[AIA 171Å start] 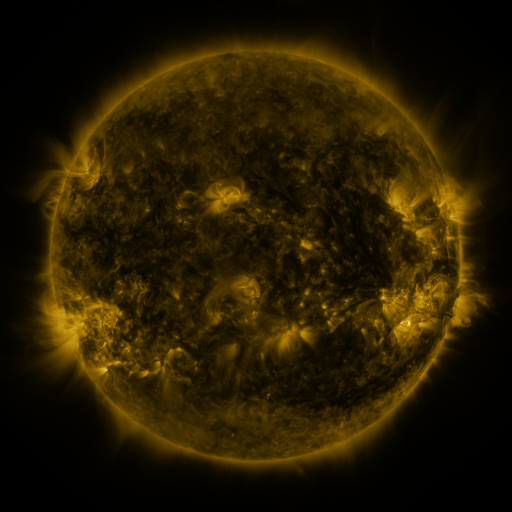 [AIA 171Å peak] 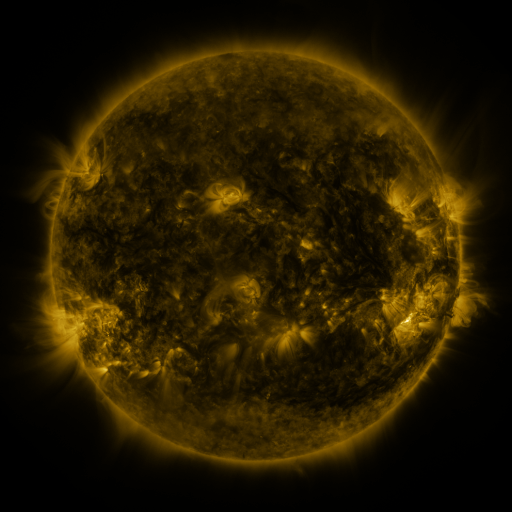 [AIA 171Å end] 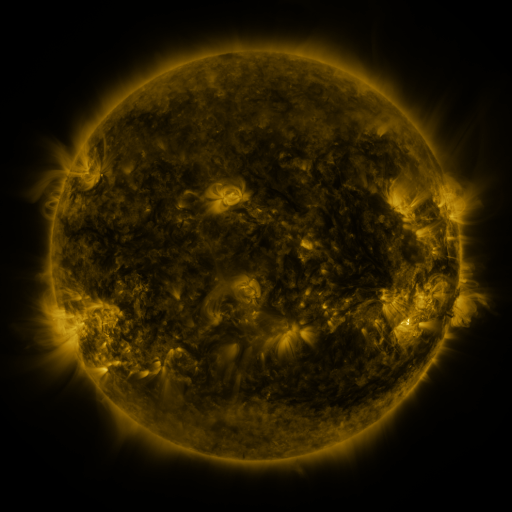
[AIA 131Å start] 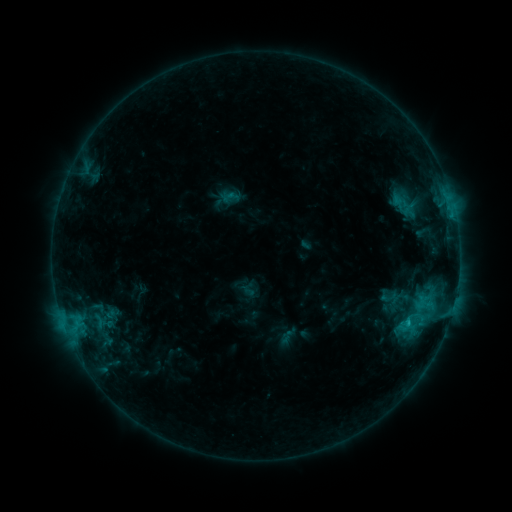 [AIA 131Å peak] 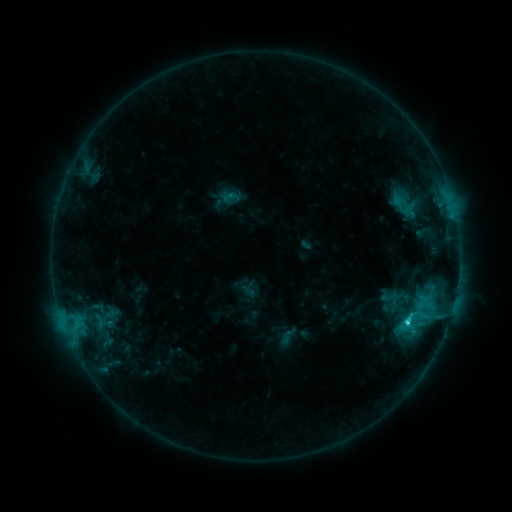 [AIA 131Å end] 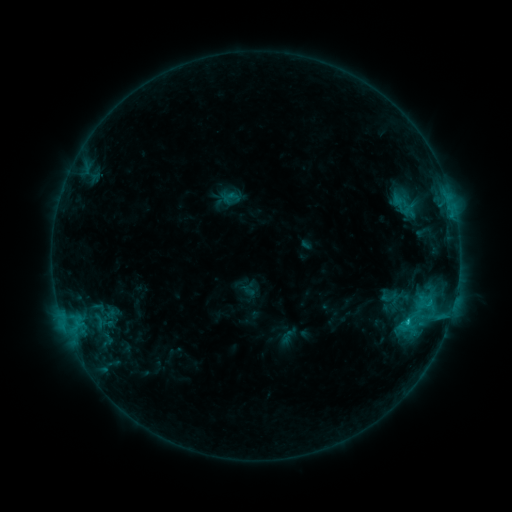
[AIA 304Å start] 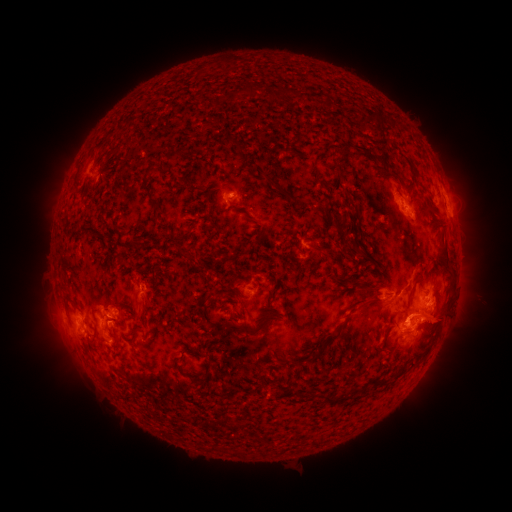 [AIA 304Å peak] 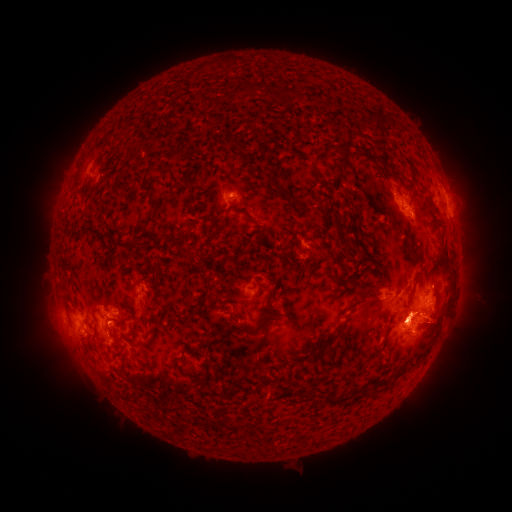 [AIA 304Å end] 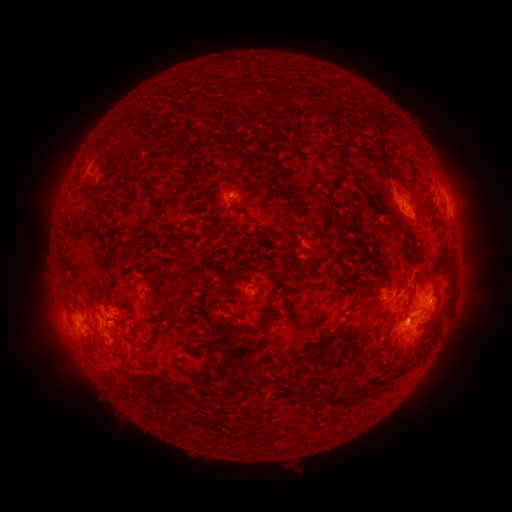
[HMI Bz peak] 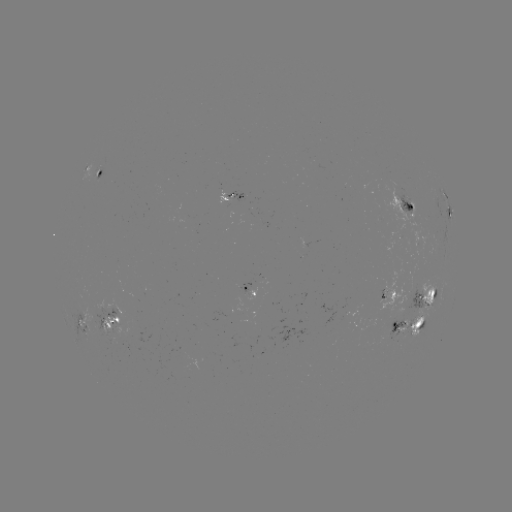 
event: flare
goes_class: C3.5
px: (406, 320)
